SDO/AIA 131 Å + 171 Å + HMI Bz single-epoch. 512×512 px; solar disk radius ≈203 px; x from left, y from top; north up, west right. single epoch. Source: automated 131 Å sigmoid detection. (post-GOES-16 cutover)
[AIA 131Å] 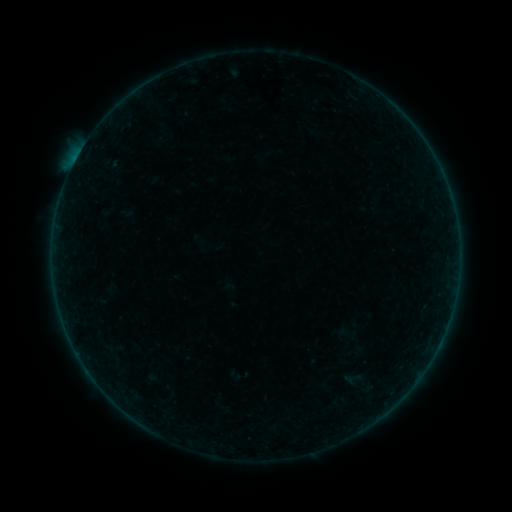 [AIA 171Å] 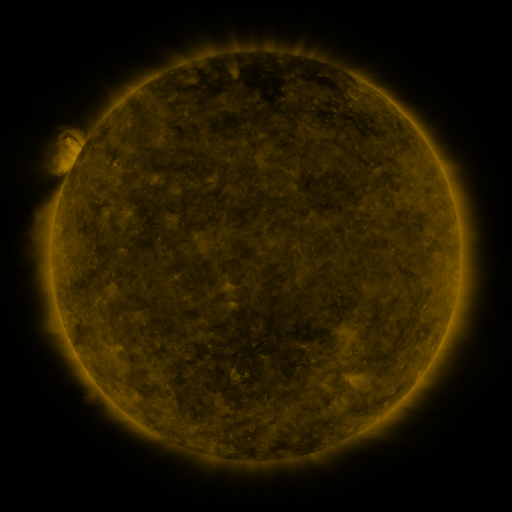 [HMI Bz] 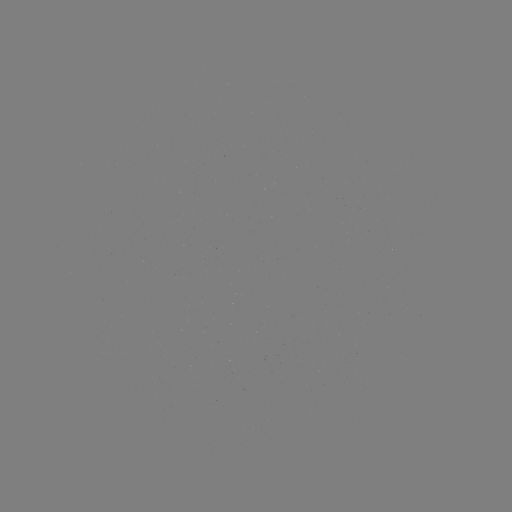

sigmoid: (343, 369, 361, 388)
